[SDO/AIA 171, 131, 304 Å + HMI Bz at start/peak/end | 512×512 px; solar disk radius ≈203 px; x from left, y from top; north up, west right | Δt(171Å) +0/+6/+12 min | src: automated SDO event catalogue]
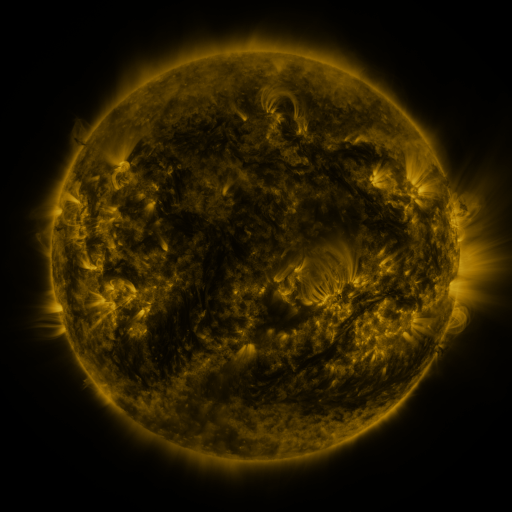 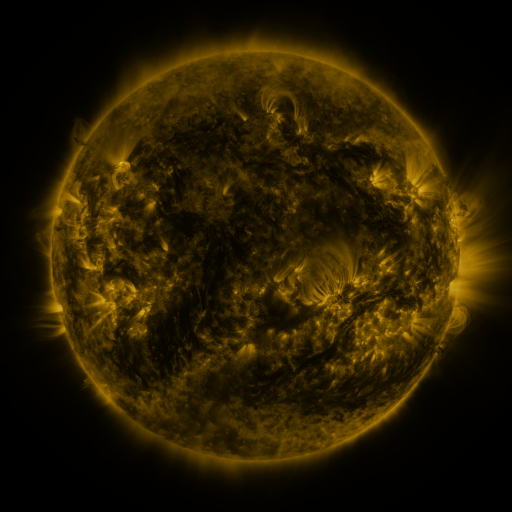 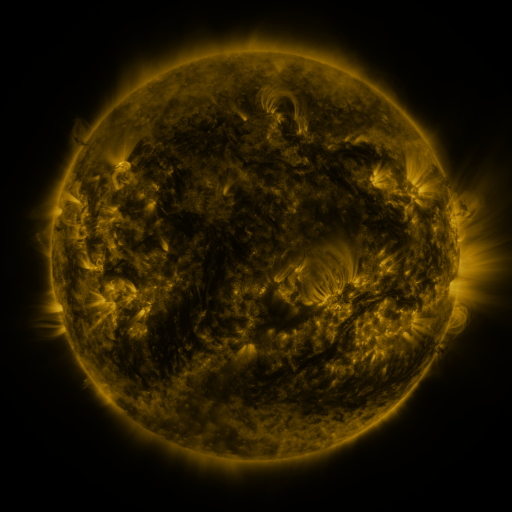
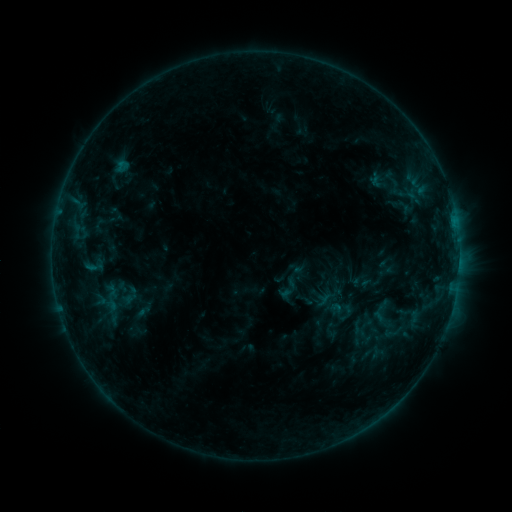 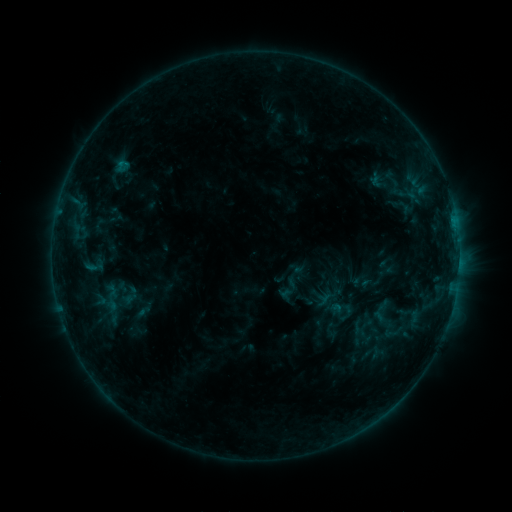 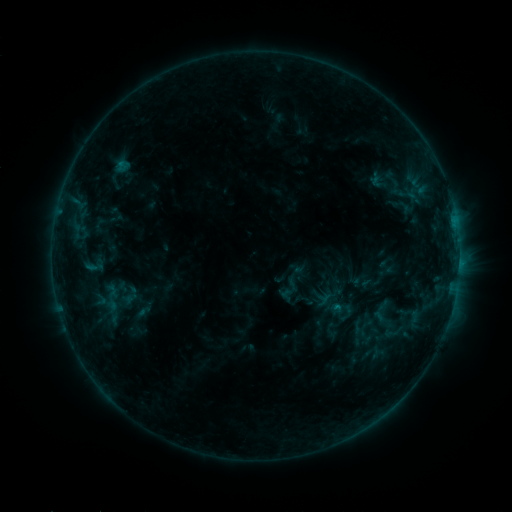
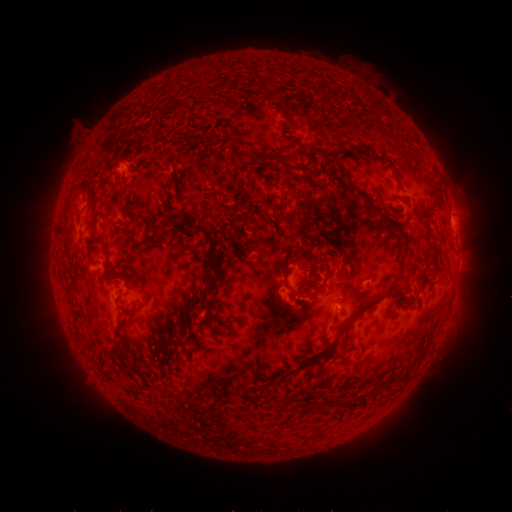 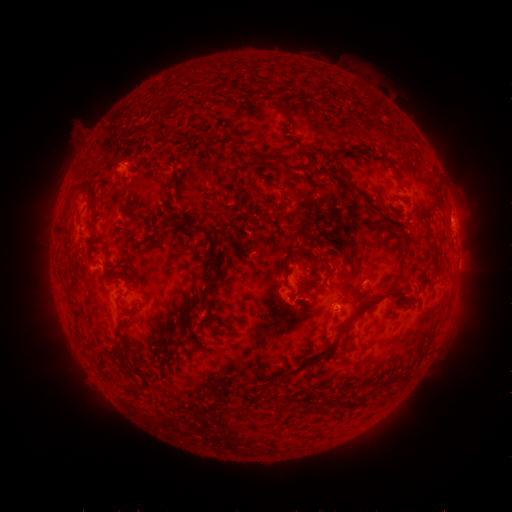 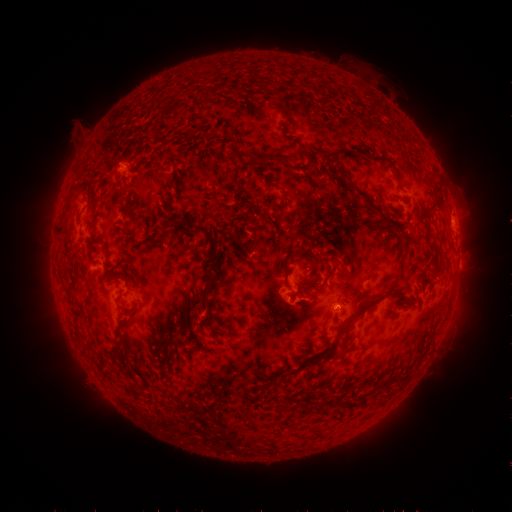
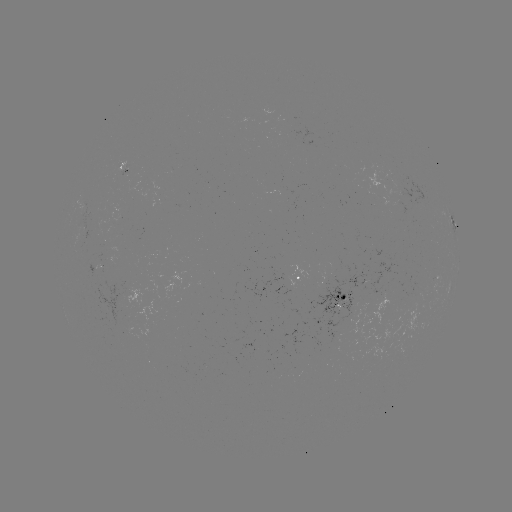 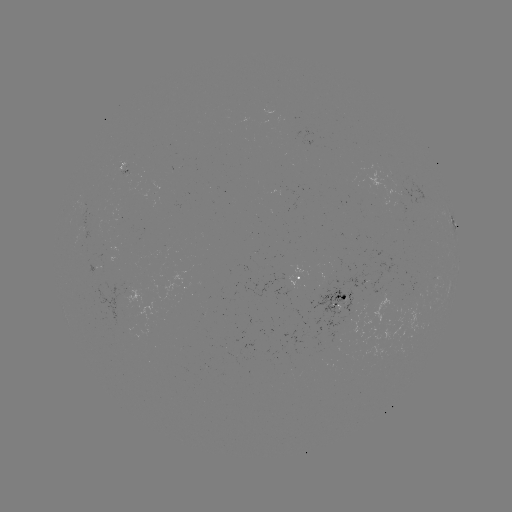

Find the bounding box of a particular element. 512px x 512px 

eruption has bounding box [277, 282, 324, 328].